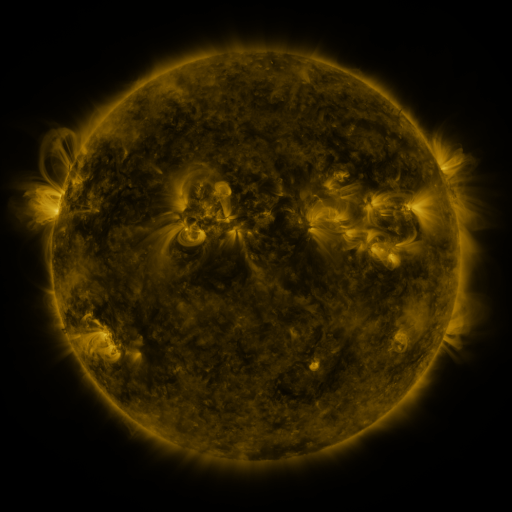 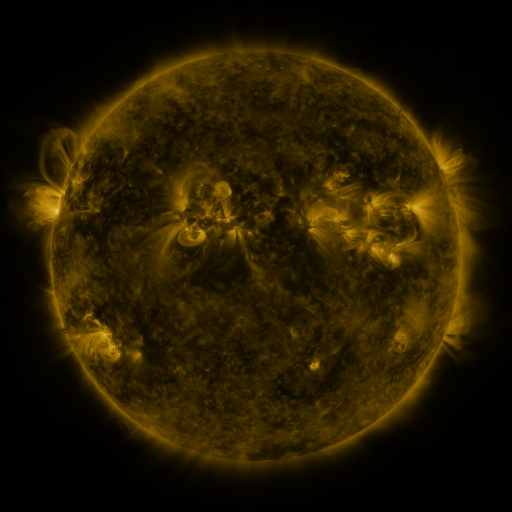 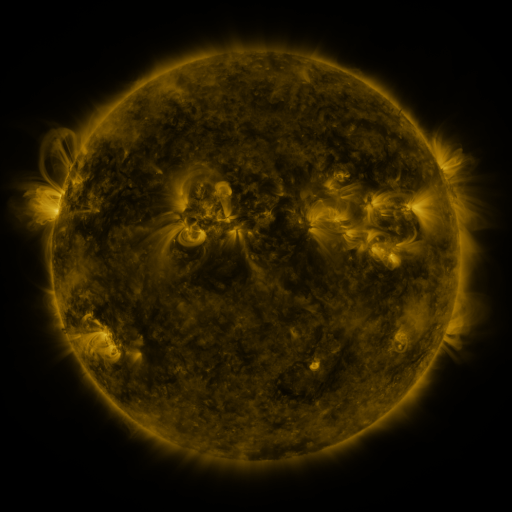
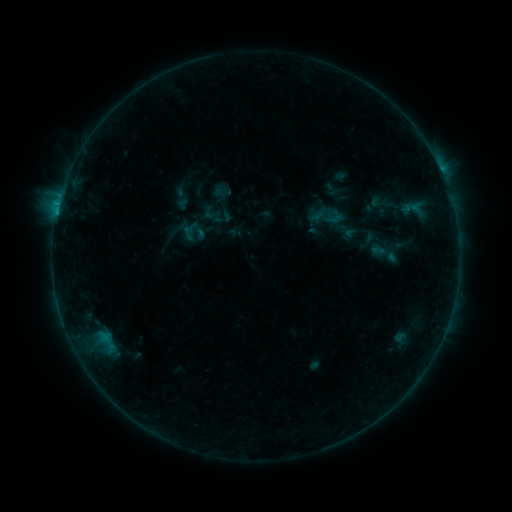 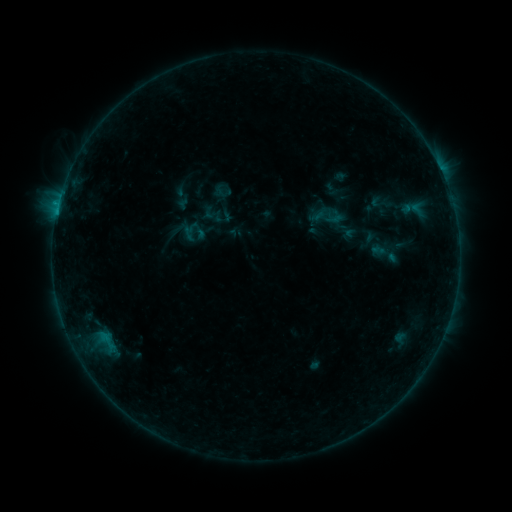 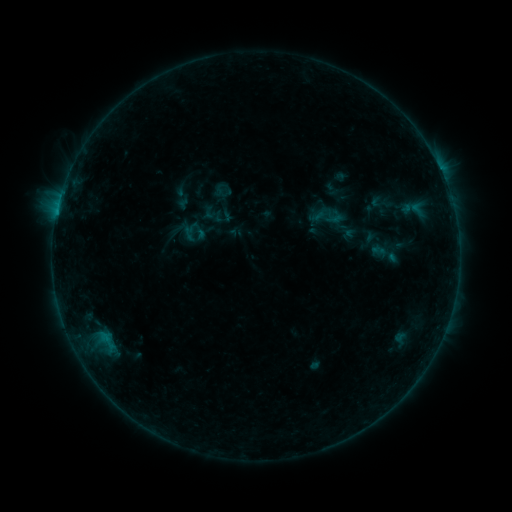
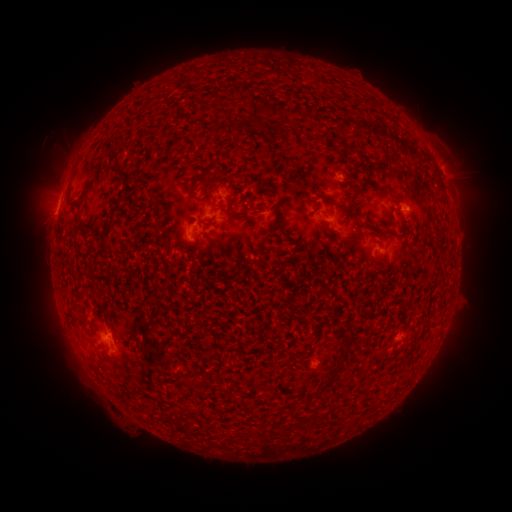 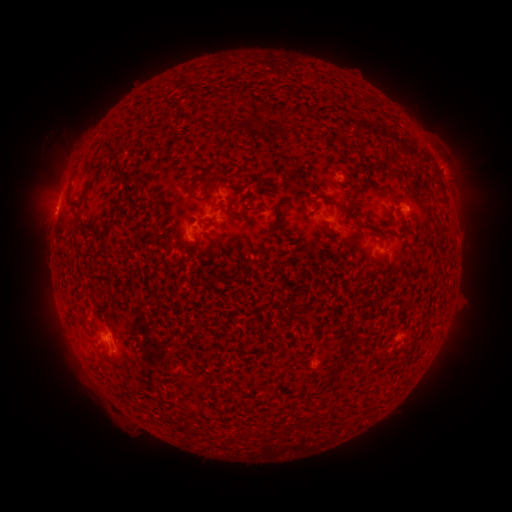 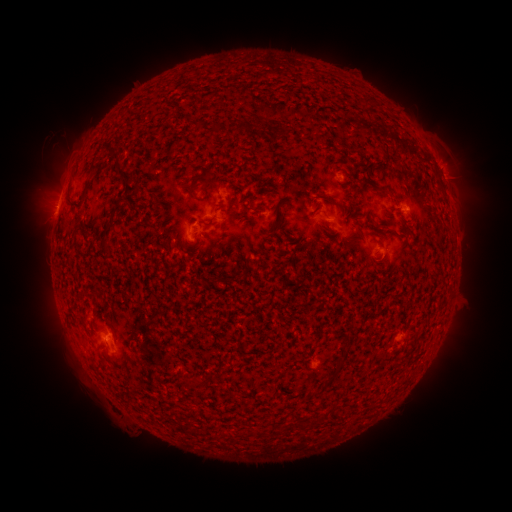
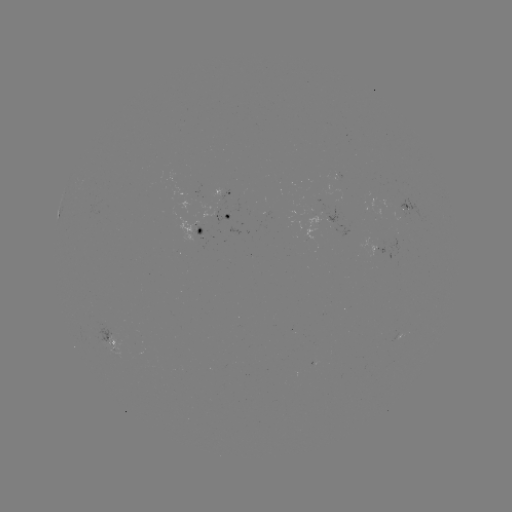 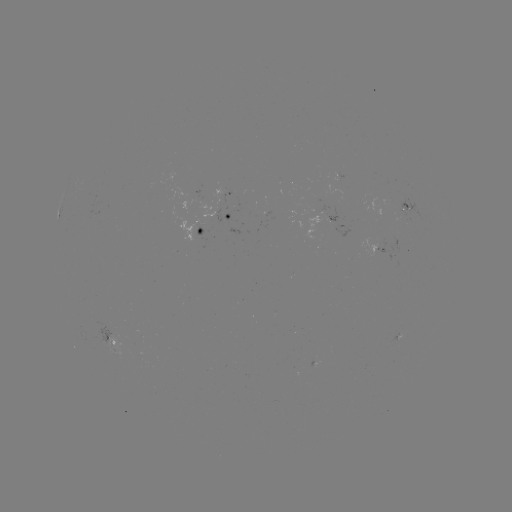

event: eruption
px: (451, 171)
